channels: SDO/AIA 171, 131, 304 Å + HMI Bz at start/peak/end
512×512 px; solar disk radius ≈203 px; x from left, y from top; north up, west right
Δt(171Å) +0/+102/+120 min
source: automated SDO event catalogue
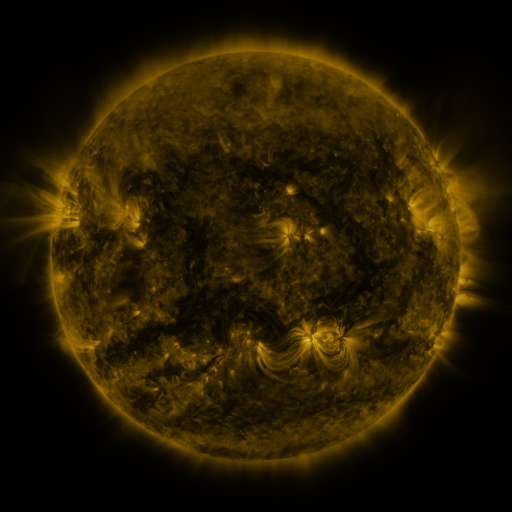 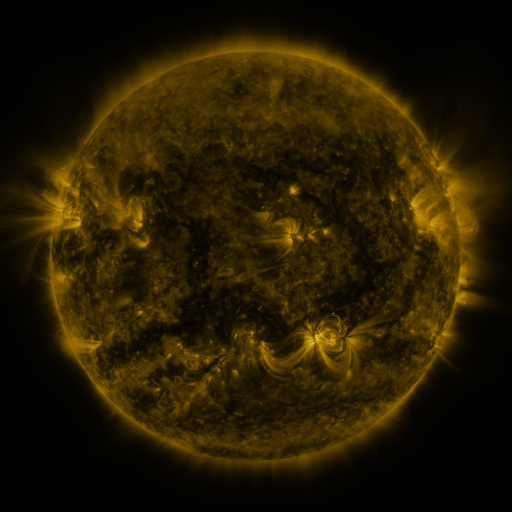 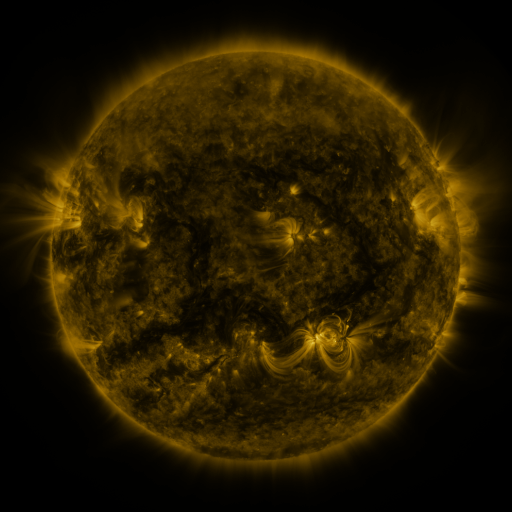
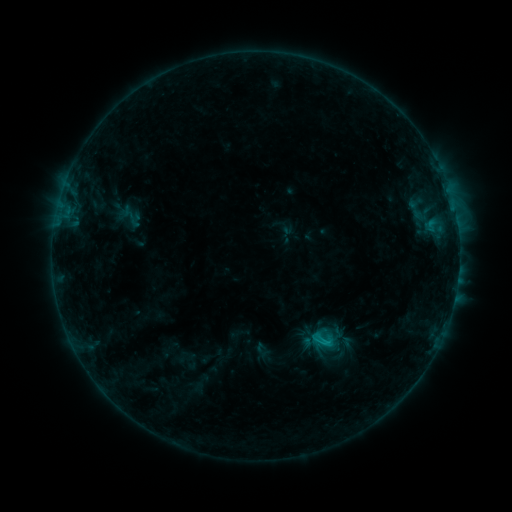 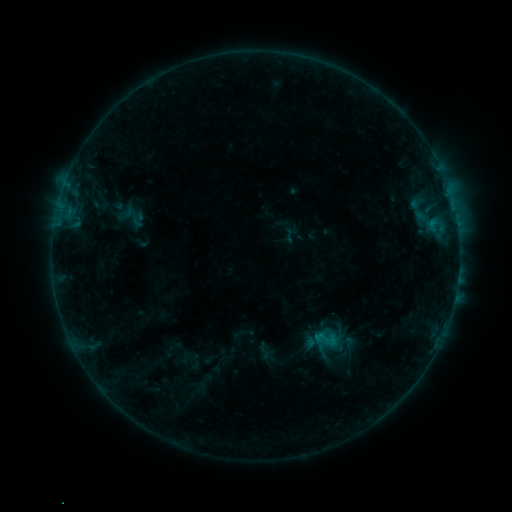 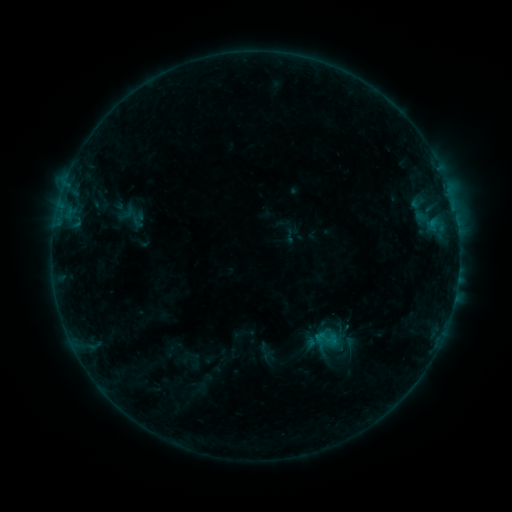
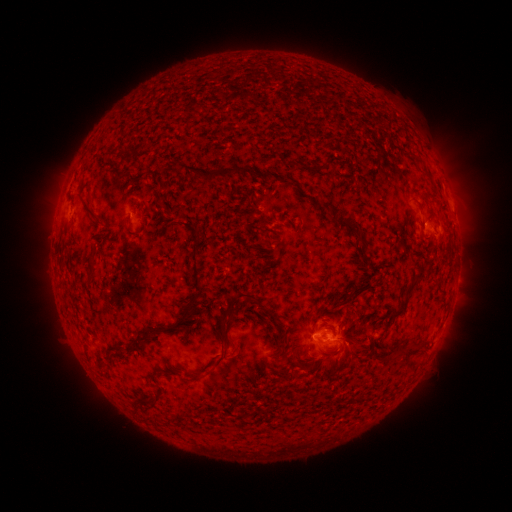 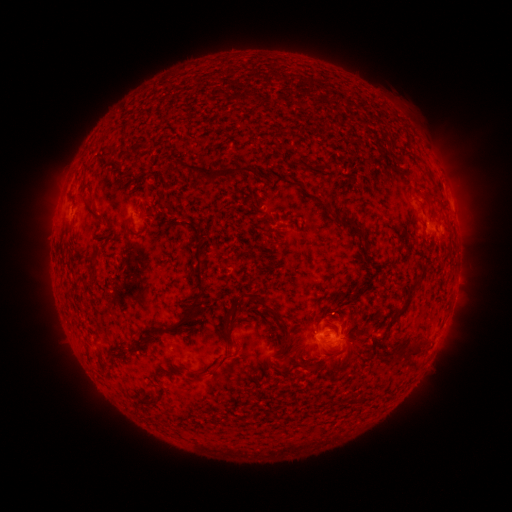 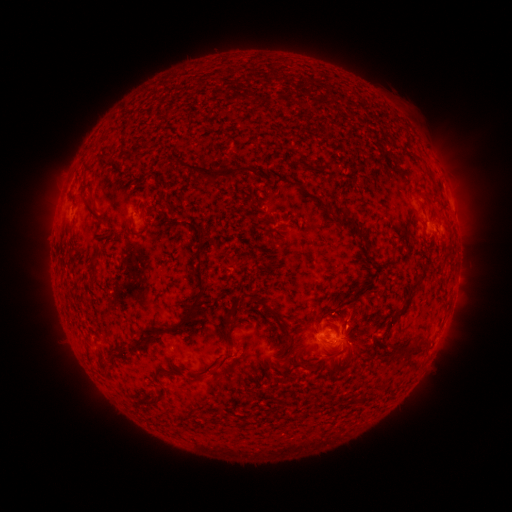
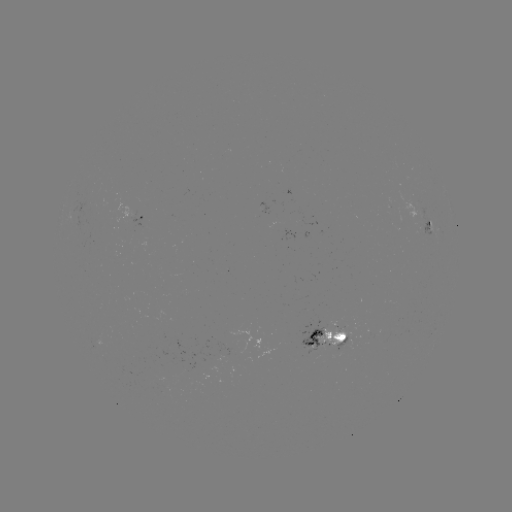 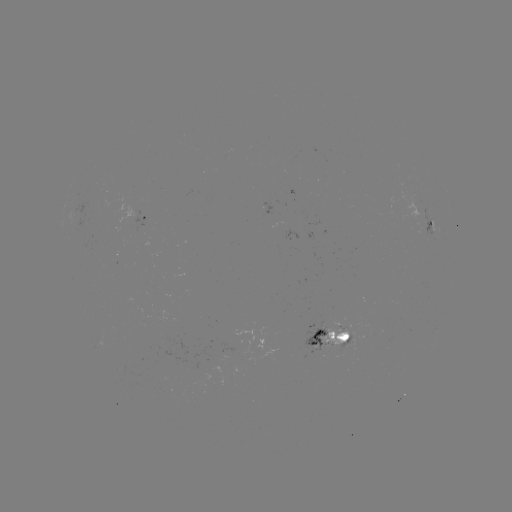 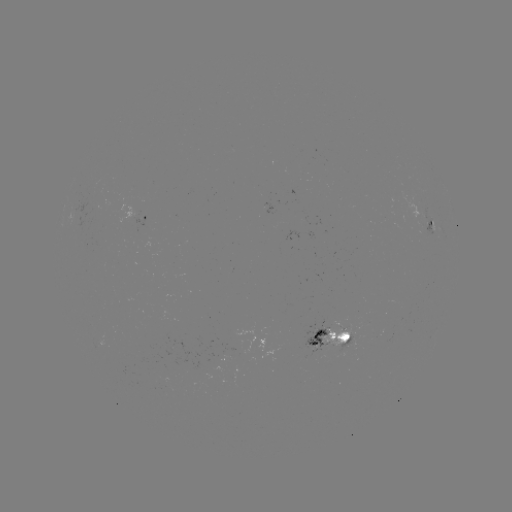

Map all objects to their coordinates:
emerging-flux region: (340, 332)
